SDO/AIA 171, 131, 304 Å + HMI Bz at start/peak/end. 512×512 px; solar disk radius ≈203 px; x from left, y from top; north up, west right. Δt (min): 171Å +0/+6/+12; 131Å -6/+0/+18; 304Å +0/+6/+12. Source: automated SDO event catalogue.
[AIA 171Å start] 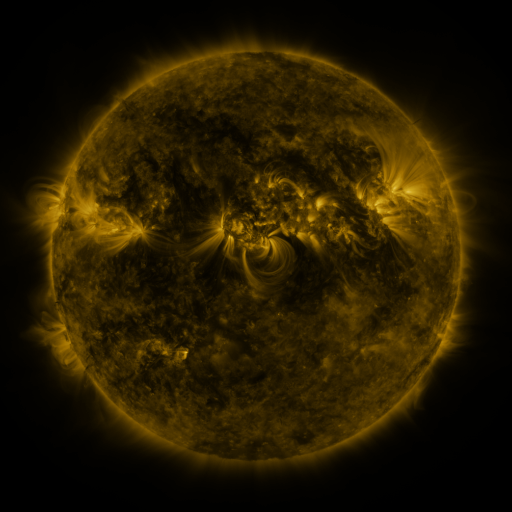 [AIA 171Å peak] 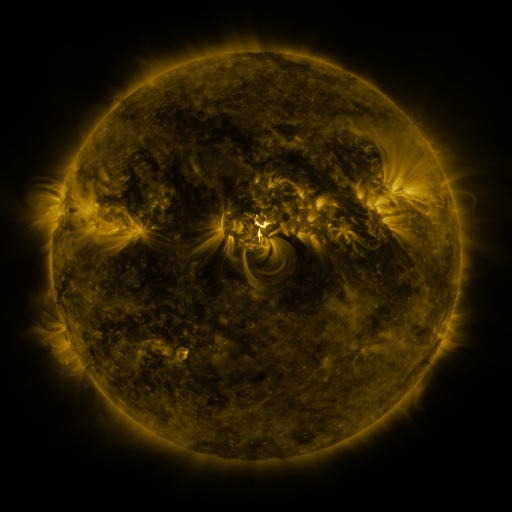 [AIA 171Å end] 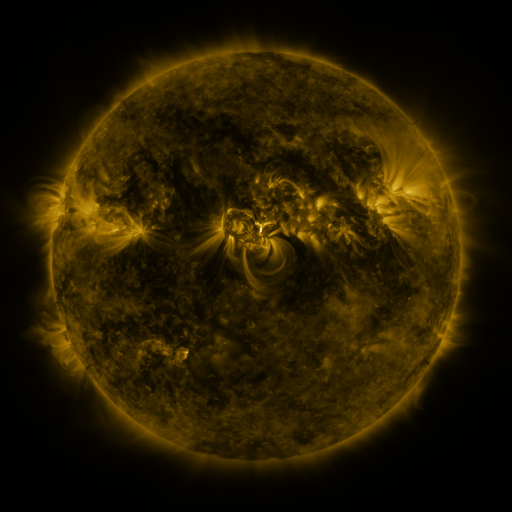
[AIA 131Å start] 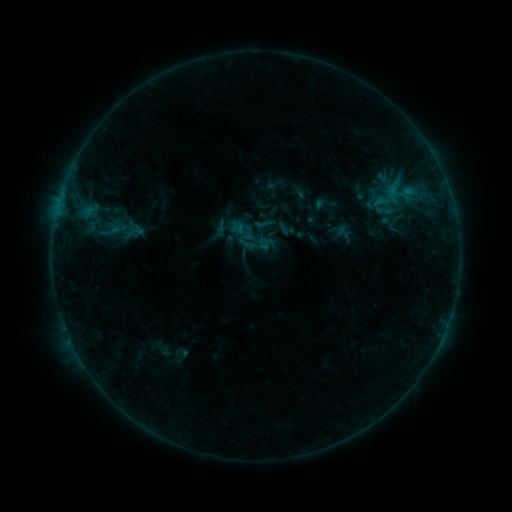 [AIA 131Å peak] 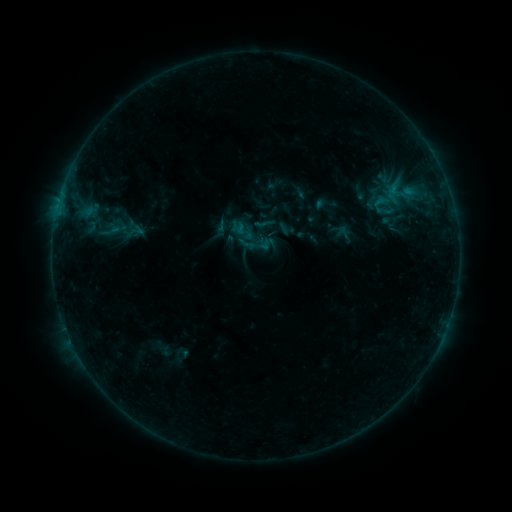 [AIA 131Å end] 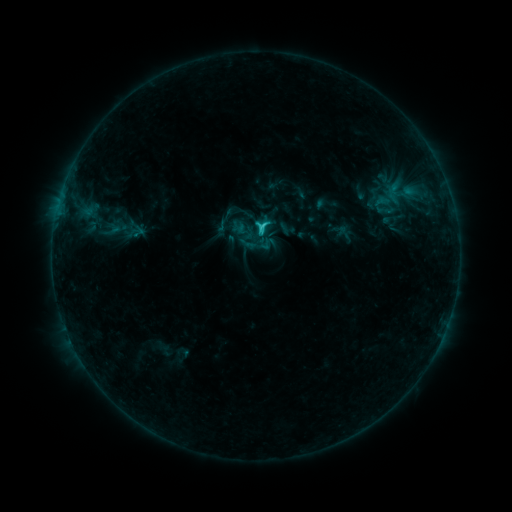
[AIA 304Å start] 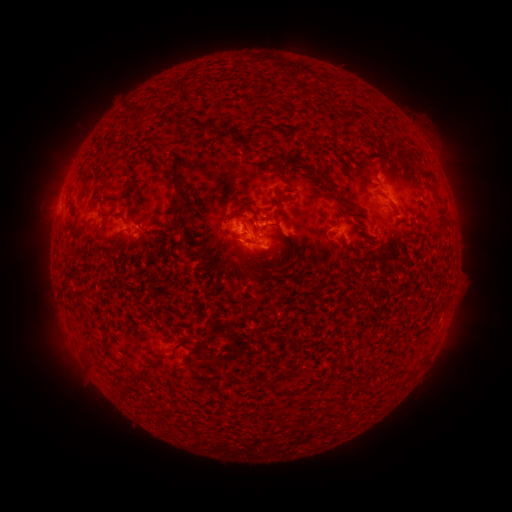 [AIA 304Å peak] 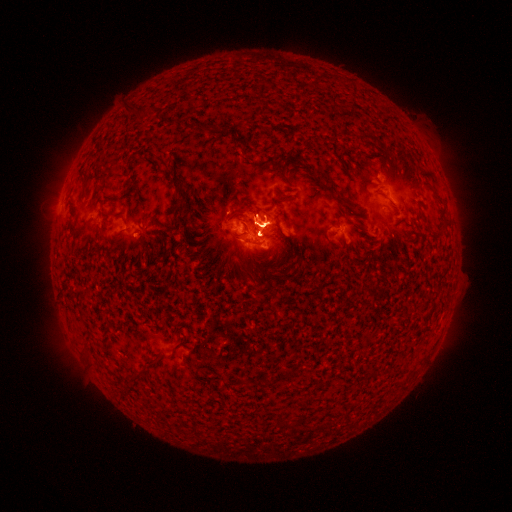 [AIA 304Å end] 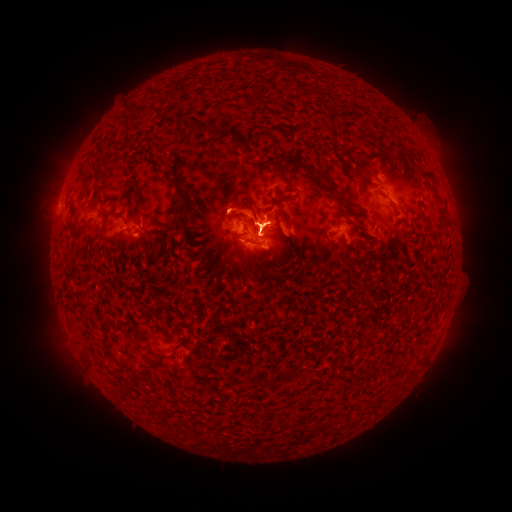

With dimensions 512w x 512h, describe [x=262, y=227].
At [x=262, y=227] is C9.3 flare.